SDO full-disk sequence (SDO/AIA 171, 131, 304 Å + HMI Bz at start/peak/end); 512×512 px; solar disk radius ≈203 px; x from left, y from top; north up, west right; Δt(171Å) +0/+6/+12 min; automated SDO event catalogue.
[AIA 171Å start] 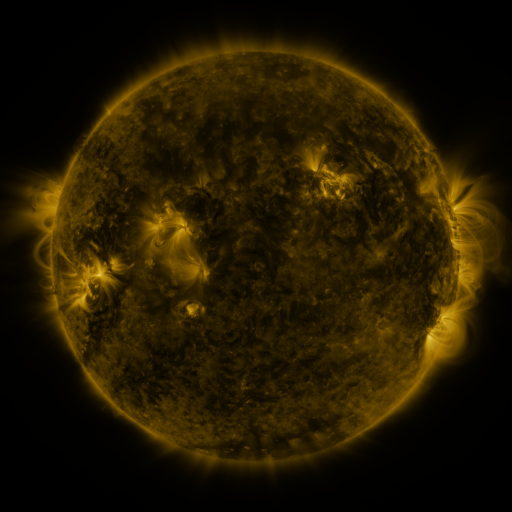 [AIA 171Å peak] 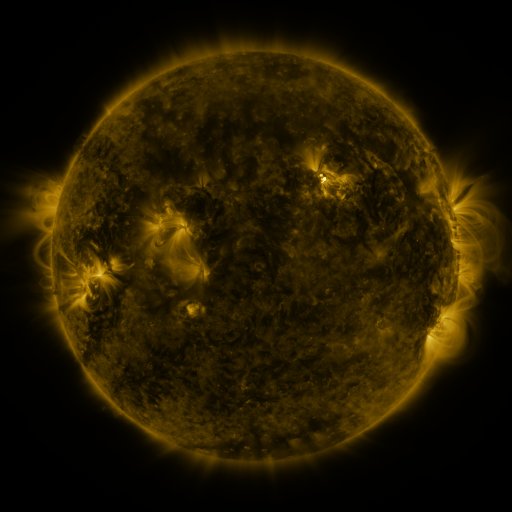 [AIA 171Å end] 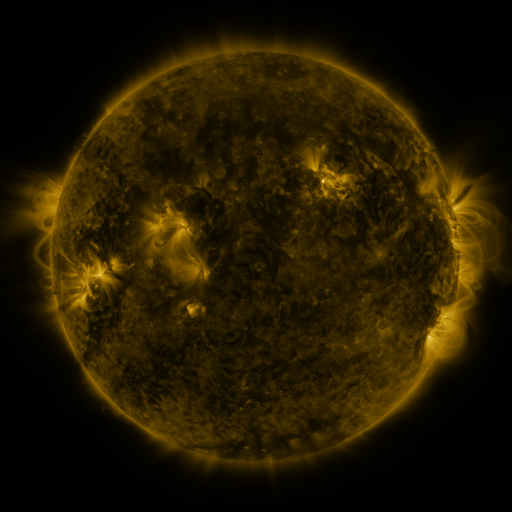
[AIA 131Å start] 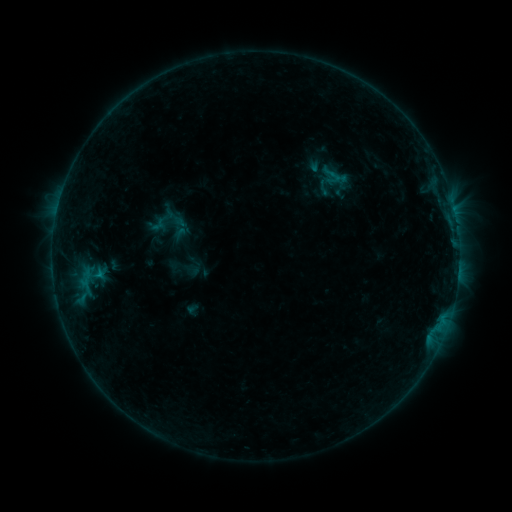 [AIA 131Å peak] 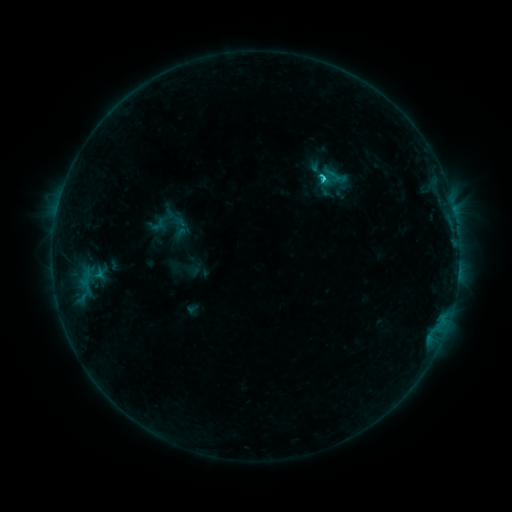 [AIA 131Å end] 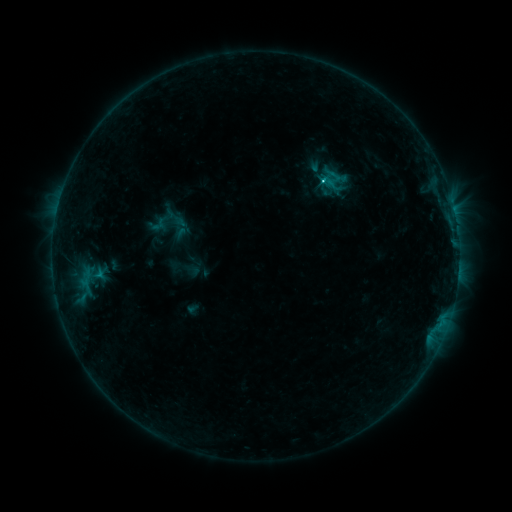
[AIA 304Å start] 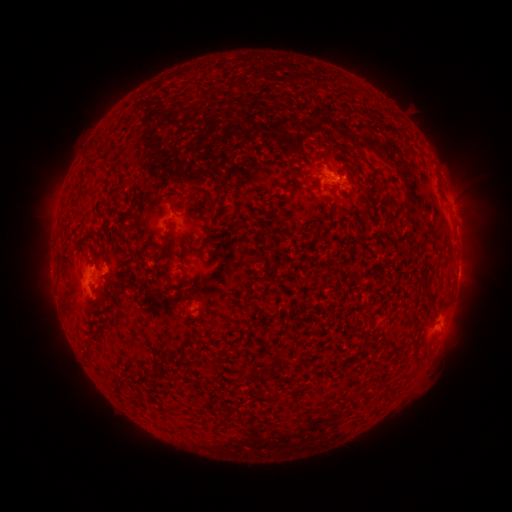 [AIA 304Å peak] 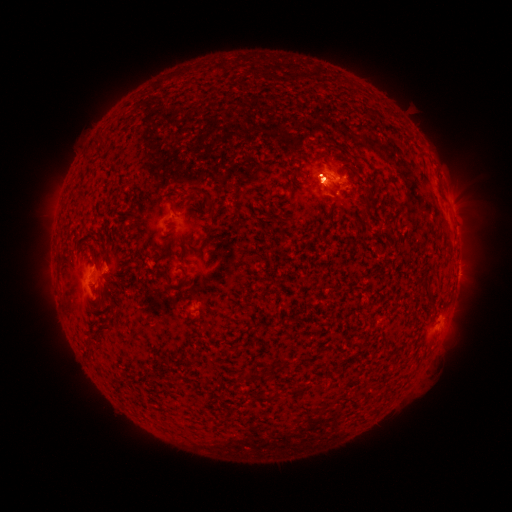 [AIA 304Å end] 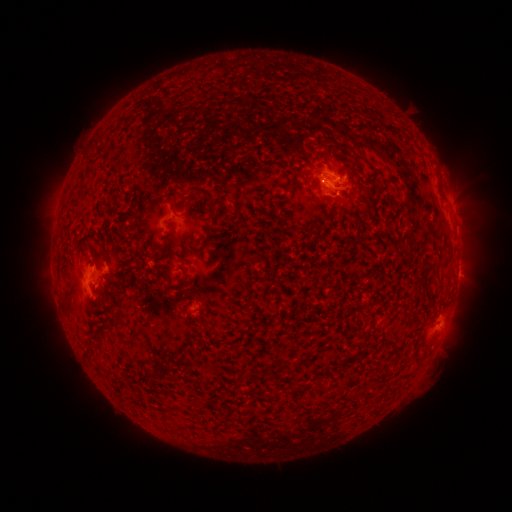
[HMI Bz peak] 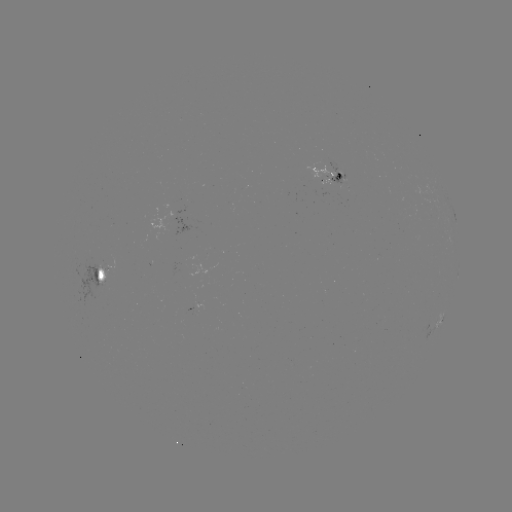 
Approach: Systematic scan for C1.8 flare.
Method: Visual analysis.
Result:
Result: C1.8 flare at (321, 181).